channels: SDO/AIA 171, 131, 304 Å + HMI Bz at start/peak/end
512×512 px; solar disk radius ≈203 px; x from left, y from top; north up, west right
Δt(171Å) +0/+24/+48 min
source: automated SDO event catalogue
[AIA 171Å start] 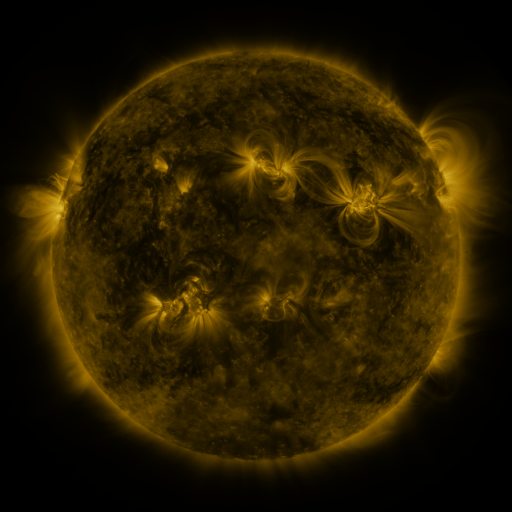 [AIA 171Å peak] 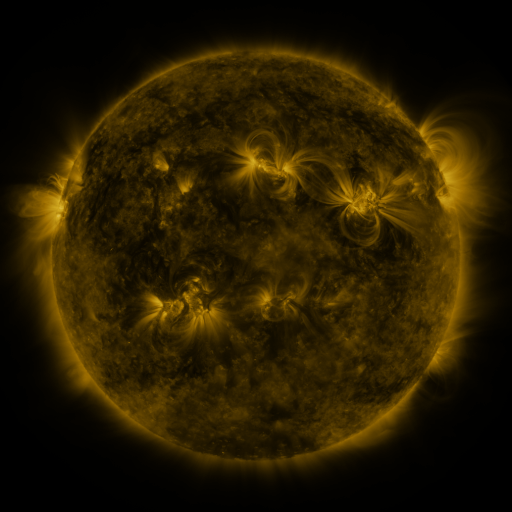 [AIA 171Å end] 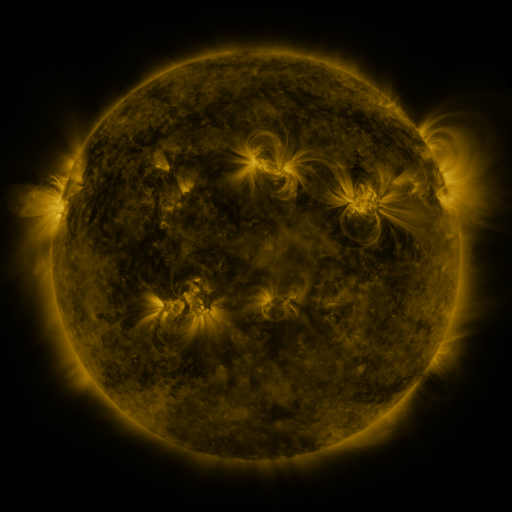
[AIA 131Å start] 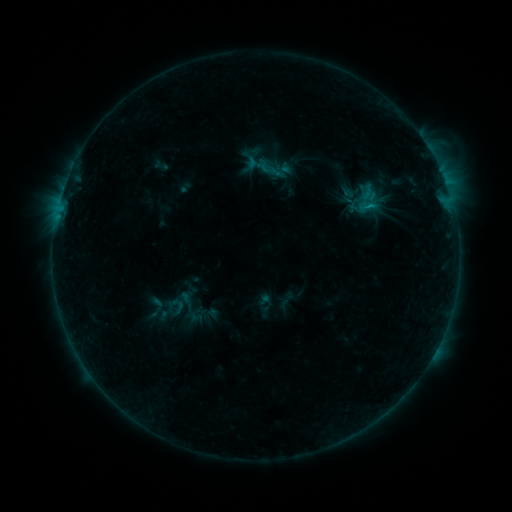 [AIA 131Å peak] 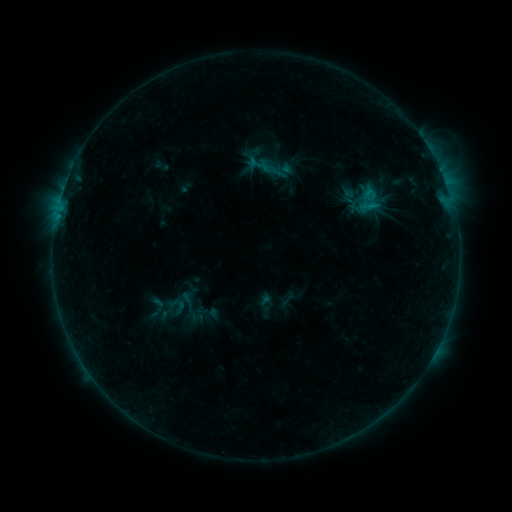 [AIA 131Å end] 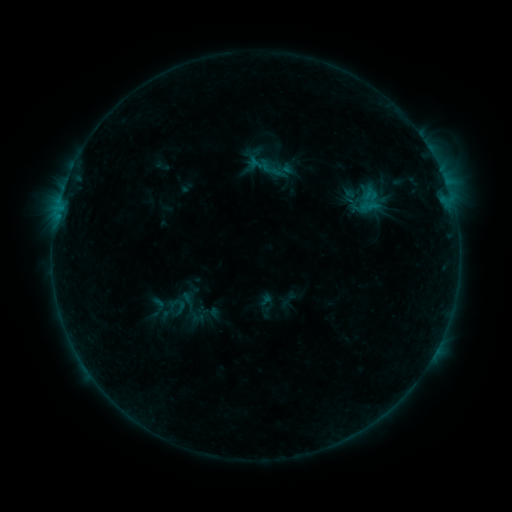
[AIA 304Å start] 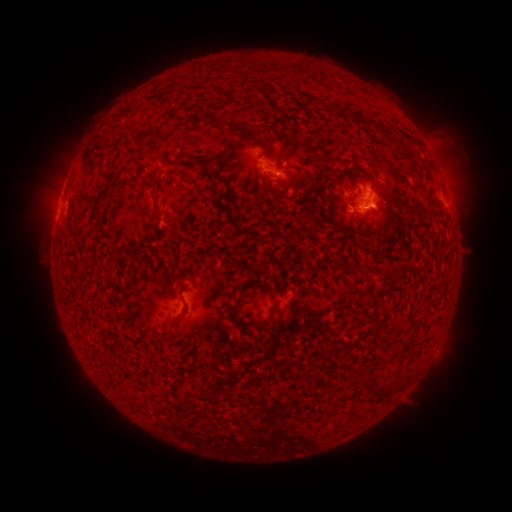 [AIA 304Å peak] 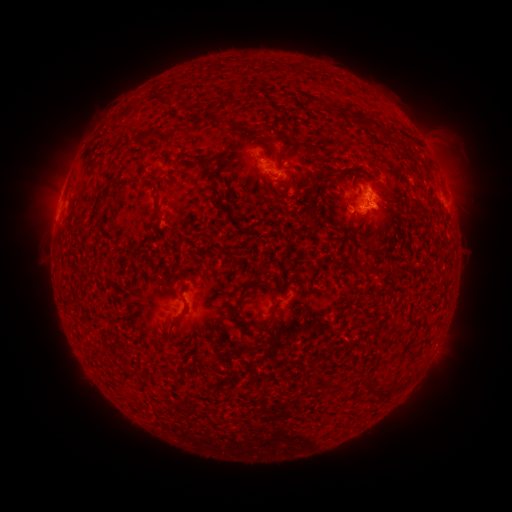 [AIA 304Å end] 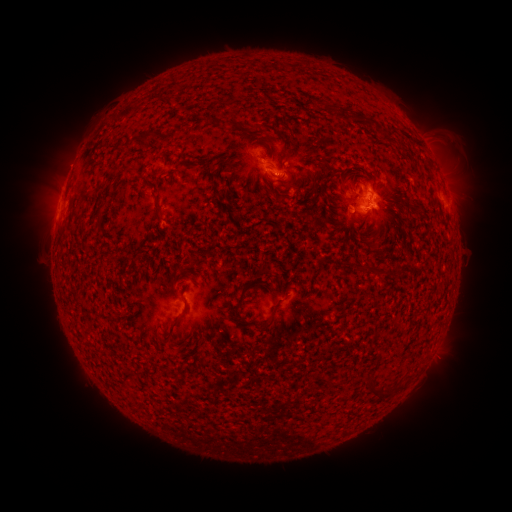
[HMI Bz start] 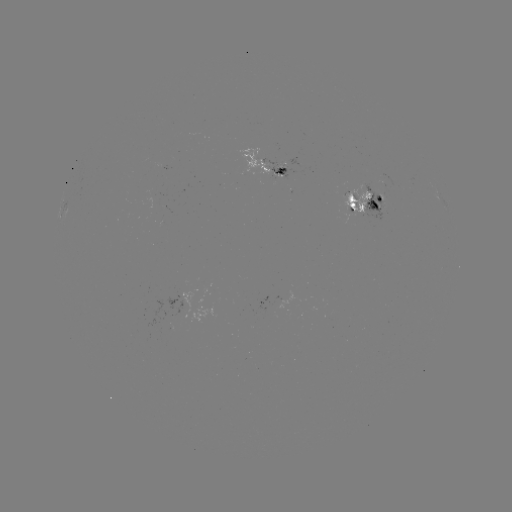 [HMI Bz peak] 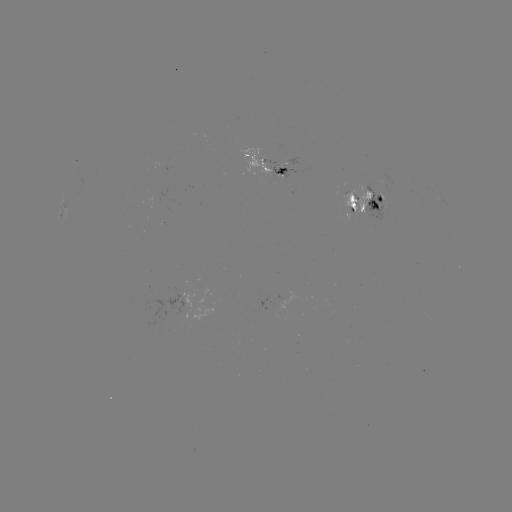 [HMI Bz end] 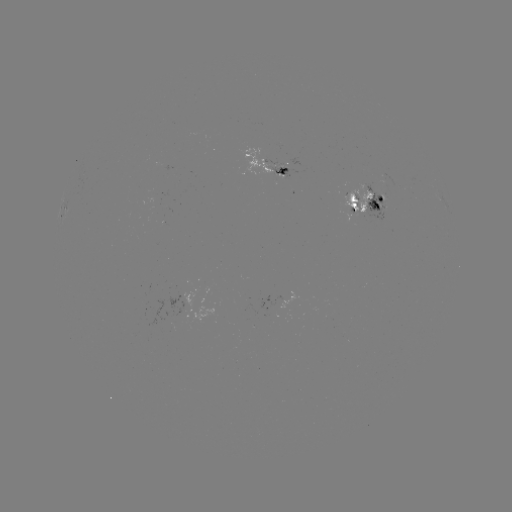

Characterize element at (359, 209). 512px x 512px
emerging-flux region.